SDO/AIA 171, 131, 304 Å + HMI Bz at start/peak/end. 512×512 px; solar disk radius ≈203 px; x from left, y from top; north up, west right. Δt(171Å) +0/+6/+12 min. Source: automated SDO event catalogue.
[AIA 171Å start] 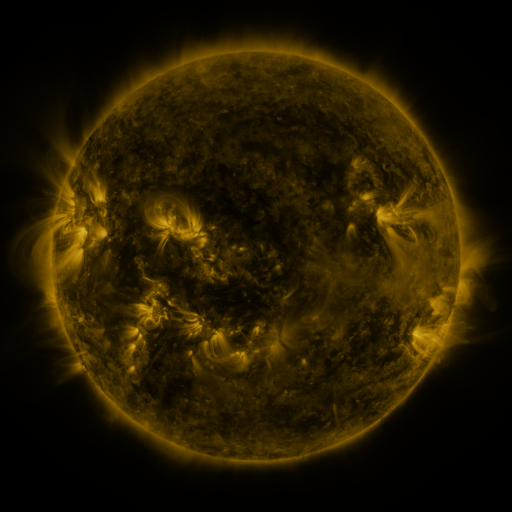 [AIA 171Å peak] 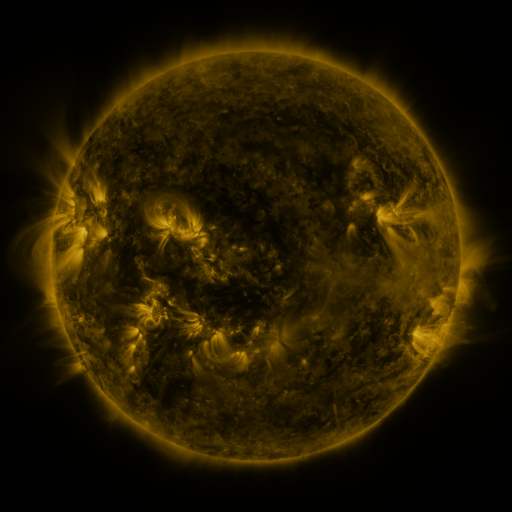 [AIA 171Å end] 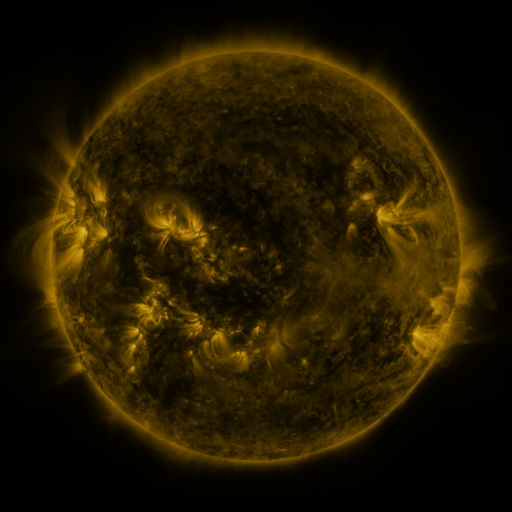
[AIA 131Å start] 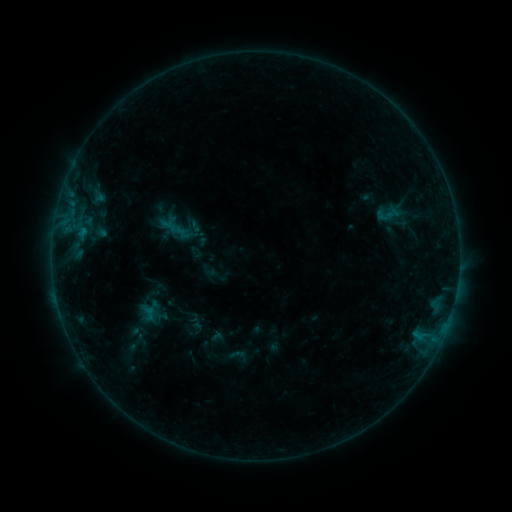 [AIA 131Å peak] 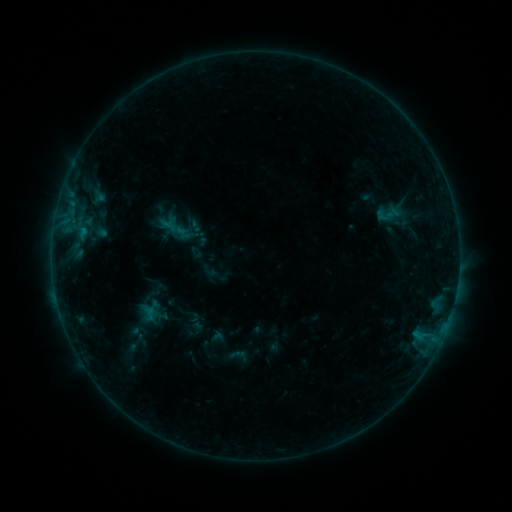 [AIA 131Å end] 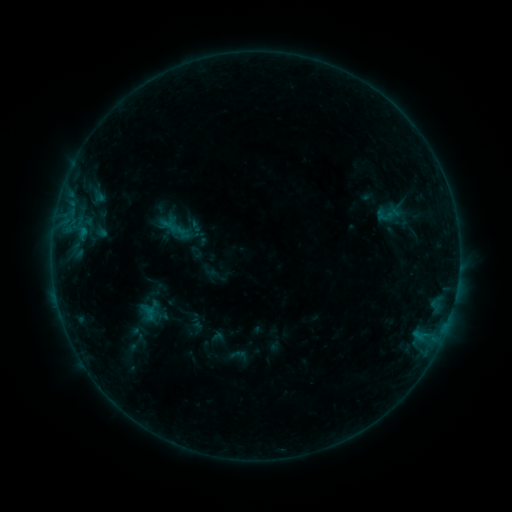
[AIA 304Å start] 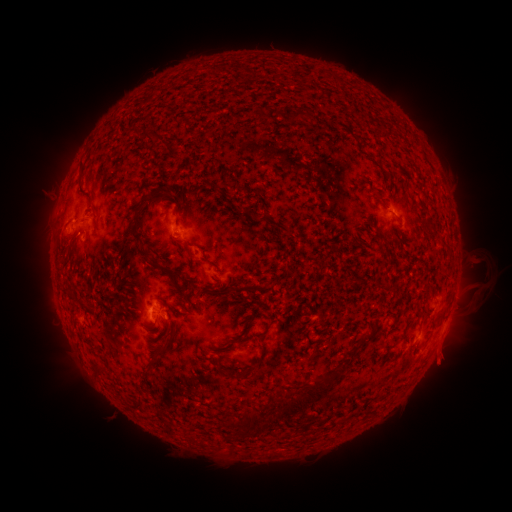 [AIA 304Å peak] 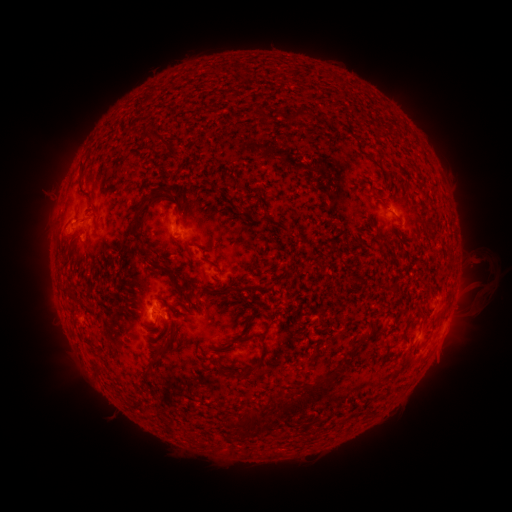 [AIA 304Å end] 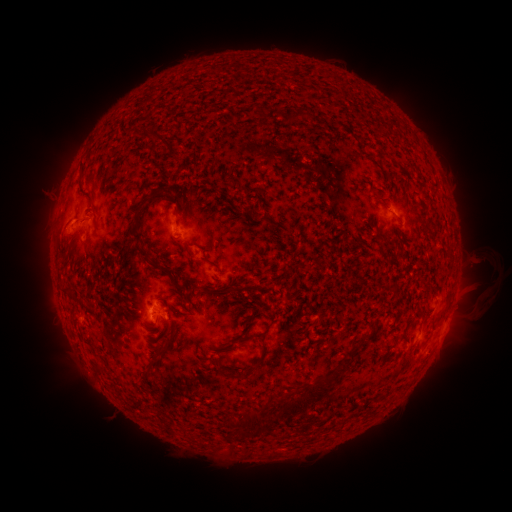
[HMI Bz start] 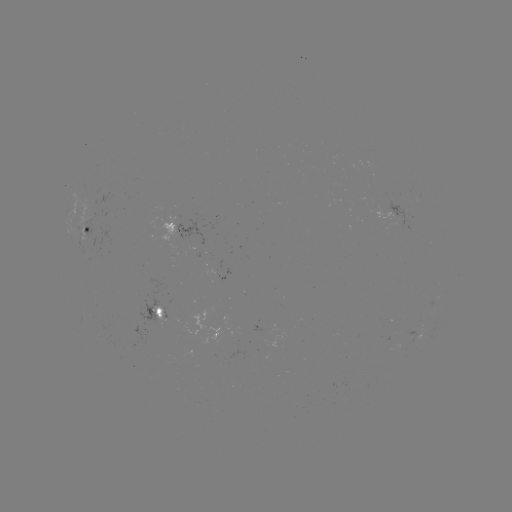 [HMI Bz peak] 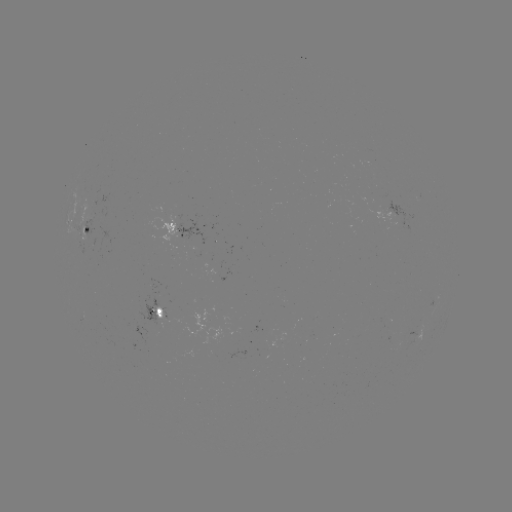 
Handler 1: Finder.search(eruption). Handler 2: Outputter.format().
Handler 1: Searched eruption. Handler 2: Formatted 483,297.